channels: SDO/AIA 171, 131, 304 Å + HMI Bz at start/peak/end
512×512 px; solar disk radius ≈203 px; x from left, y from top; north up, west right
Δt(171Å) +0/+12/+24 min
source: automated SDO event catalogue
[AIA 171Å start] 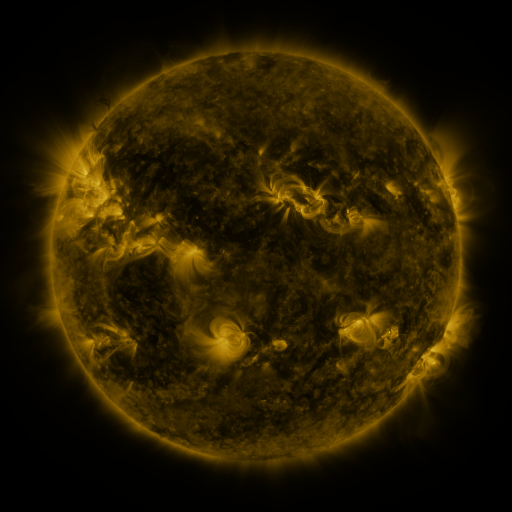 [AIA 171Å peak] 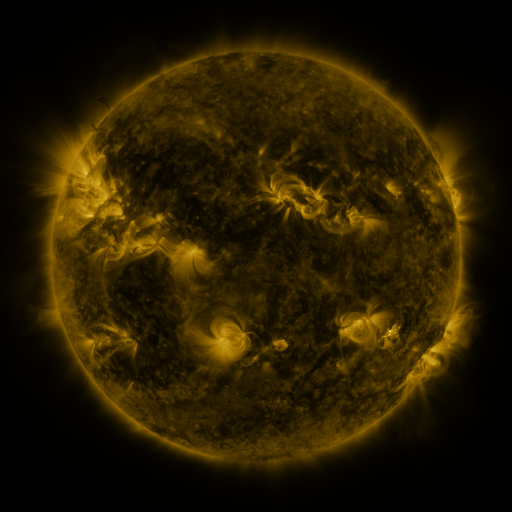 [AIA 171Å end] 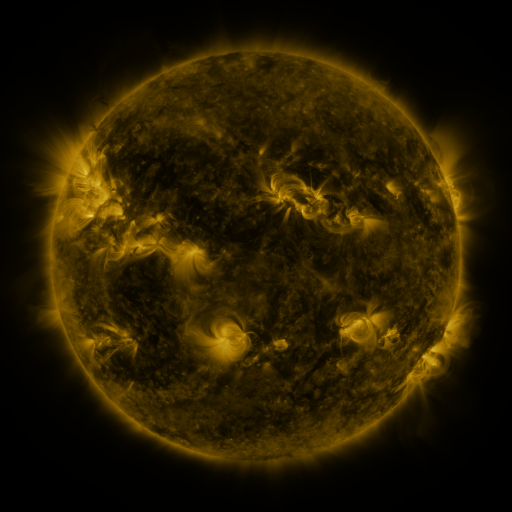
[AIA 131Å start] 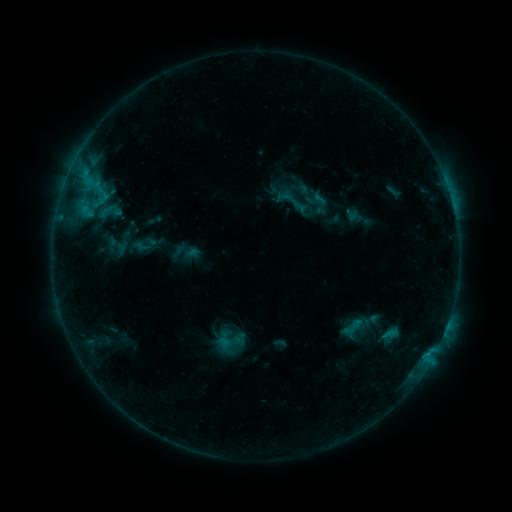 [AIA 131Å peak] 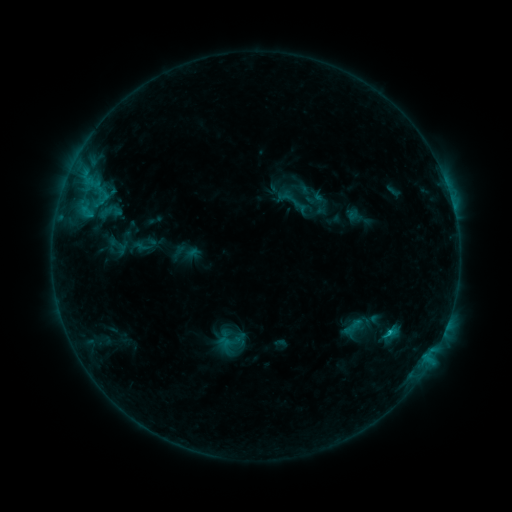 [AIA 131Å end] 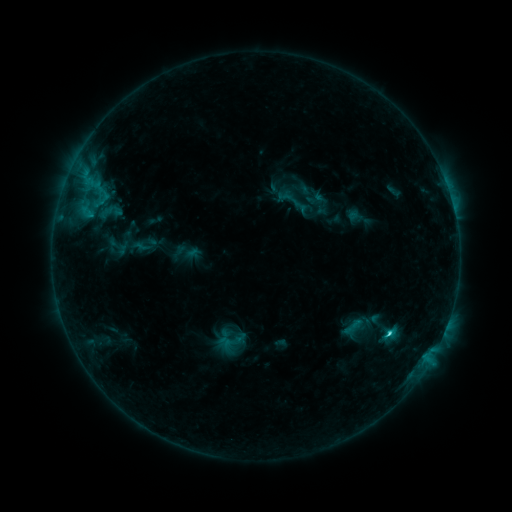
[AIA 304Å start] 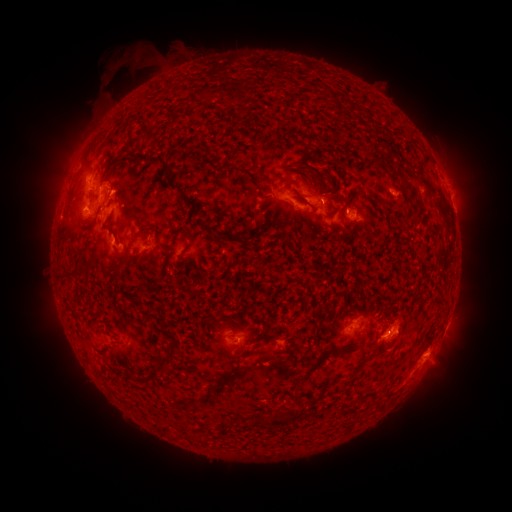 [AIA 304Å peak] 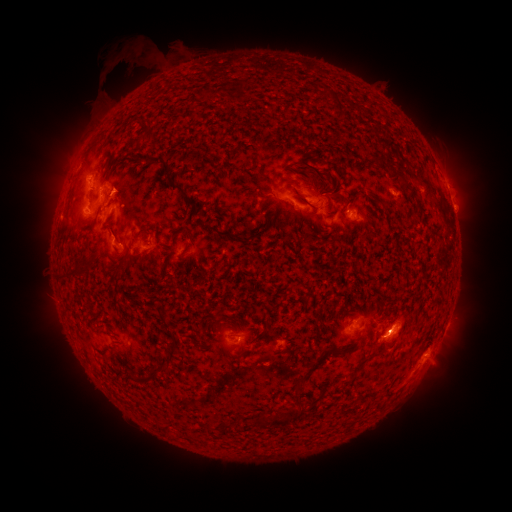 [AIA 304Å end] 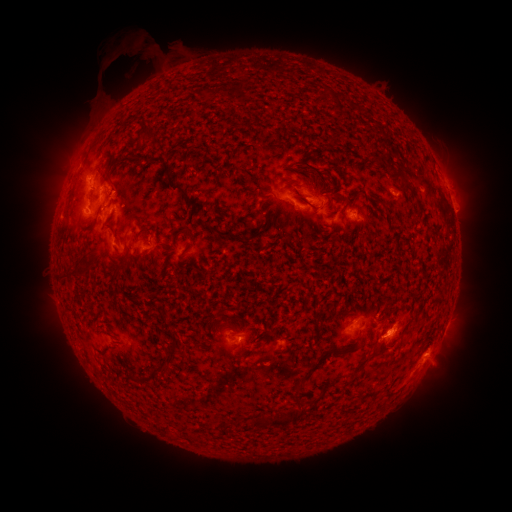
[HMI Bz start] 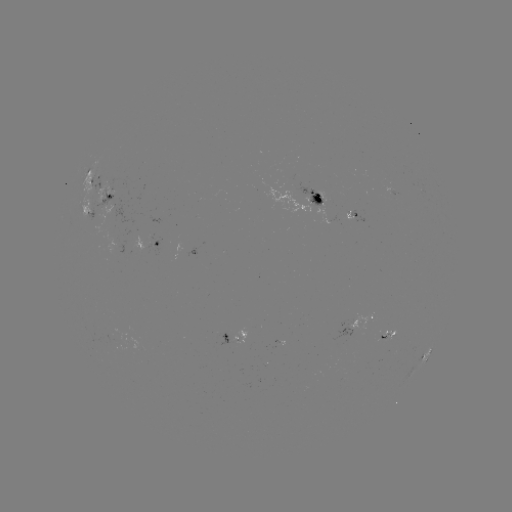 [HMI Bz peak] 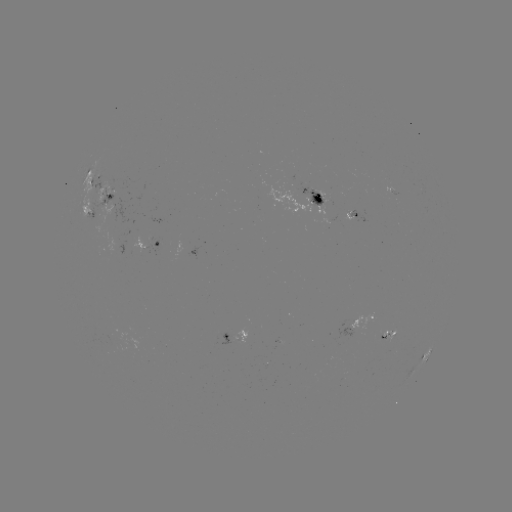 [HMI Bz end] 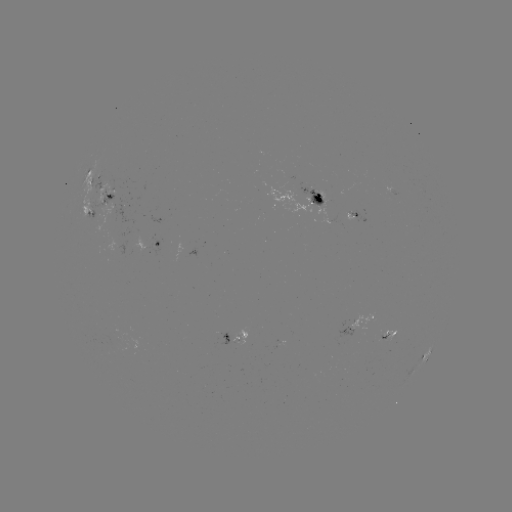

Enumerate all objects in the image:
eruption: (125, 57)
